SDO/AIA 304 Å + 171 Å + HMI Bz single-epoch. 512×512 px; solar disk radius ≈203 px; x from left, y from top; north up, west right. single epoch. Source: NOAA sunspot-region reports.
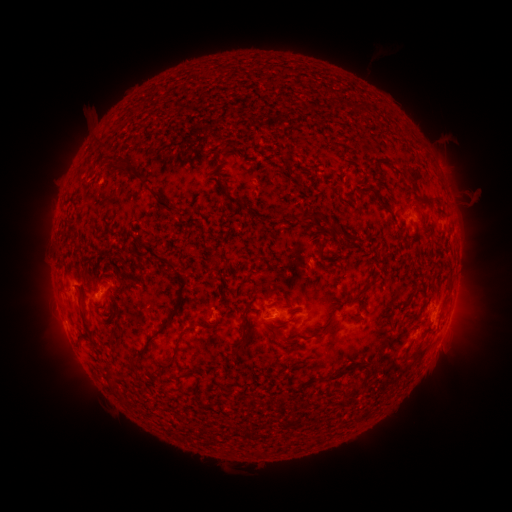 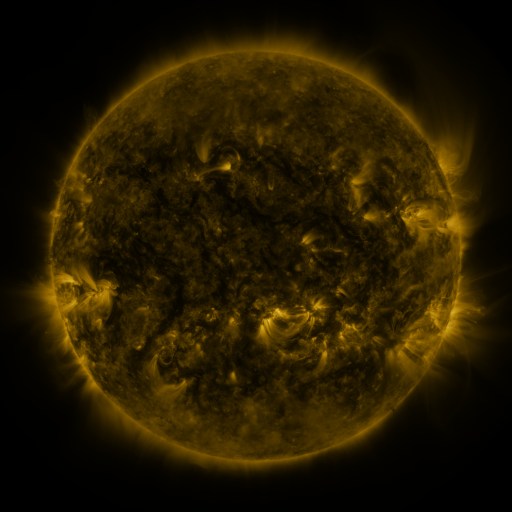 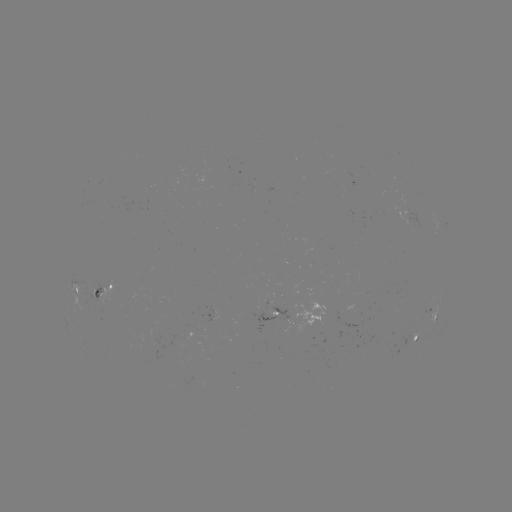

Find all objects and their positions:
spotted active region: (79, 291)
spotted active region: (107, 293)
spotted active region: (215, 309)
spotted active region: (272, 312)
spotted active region: (302, 312)
spotted active region: (432, 312)
spotted active region: (417, 335)
